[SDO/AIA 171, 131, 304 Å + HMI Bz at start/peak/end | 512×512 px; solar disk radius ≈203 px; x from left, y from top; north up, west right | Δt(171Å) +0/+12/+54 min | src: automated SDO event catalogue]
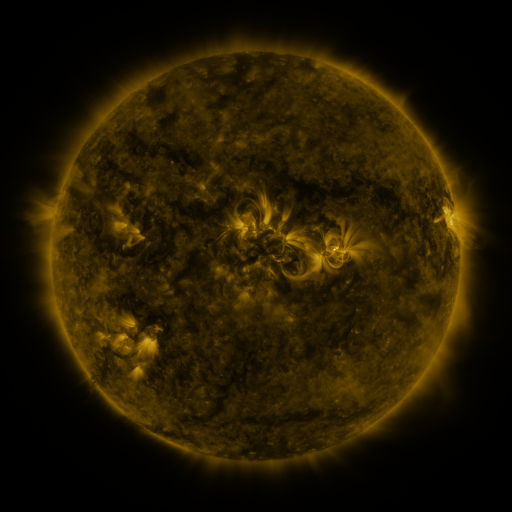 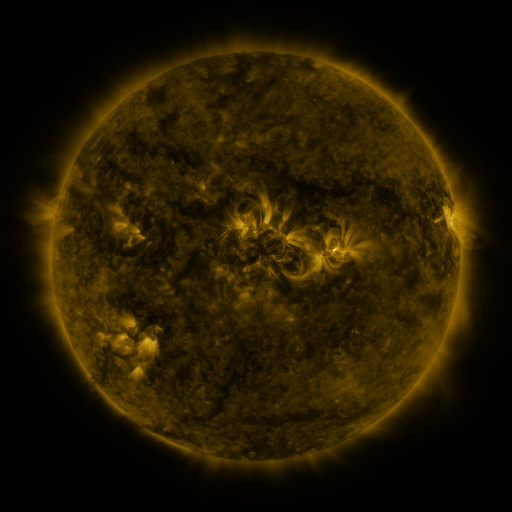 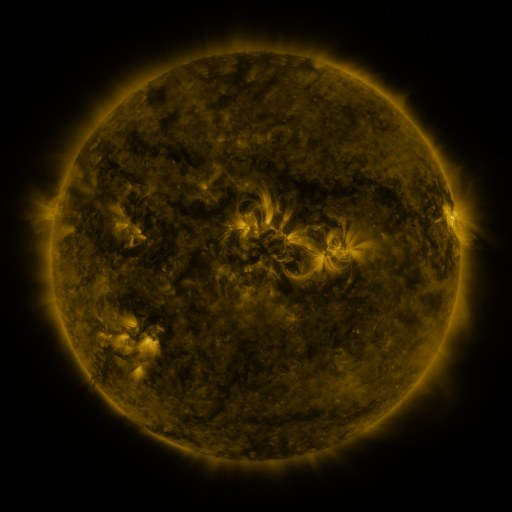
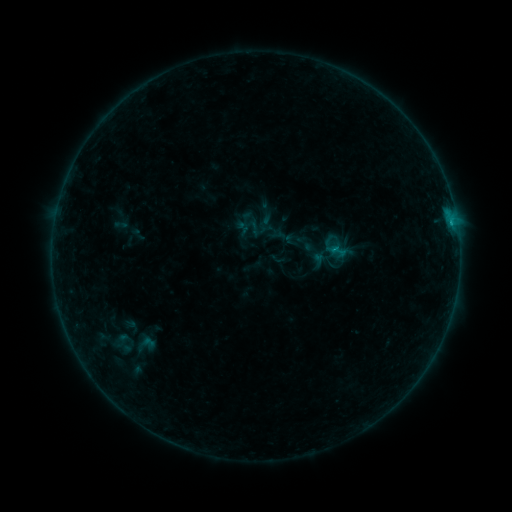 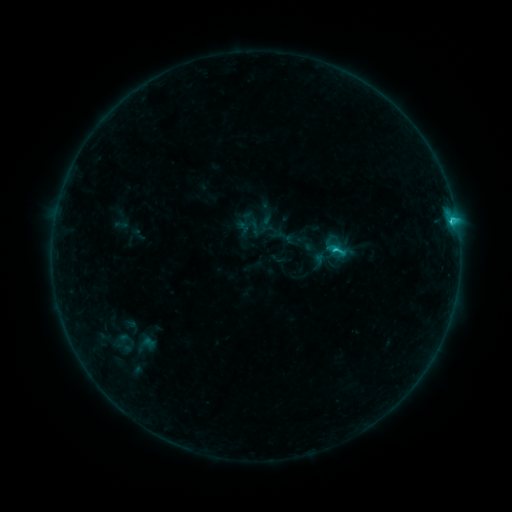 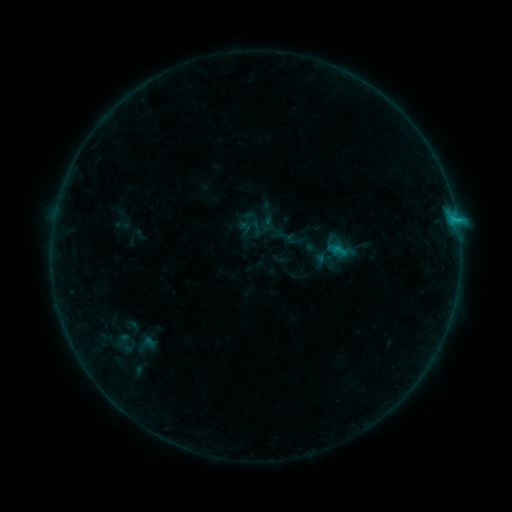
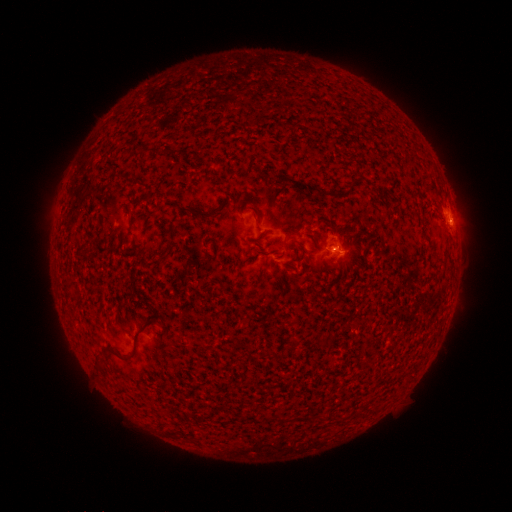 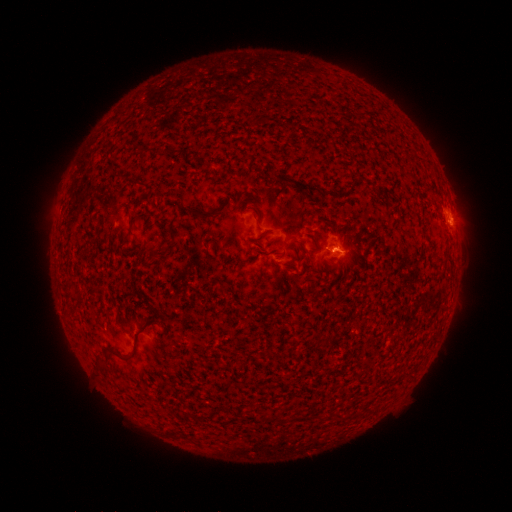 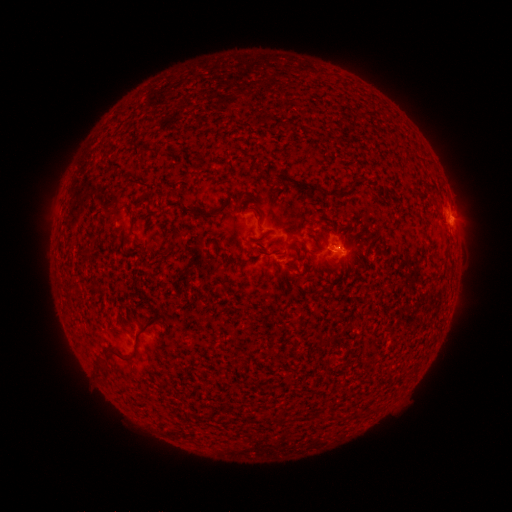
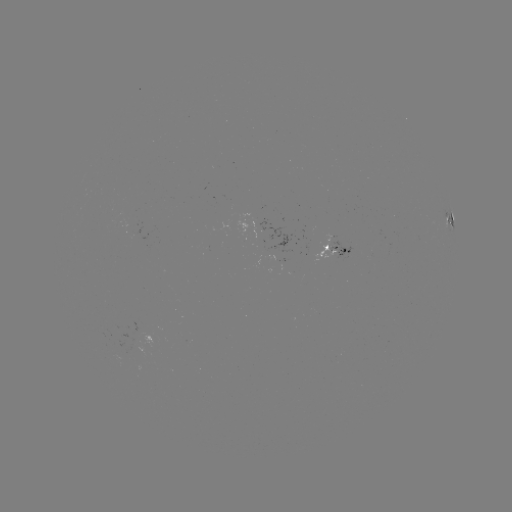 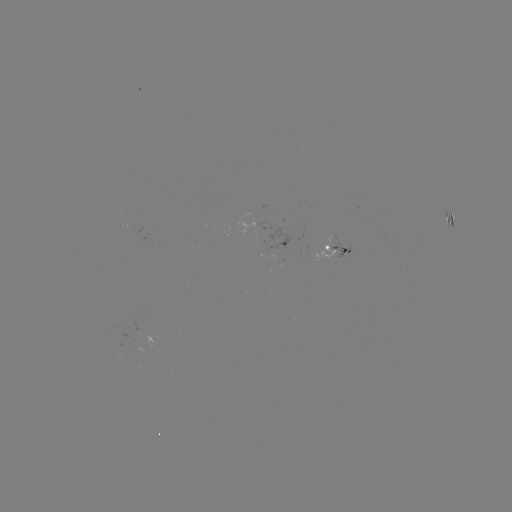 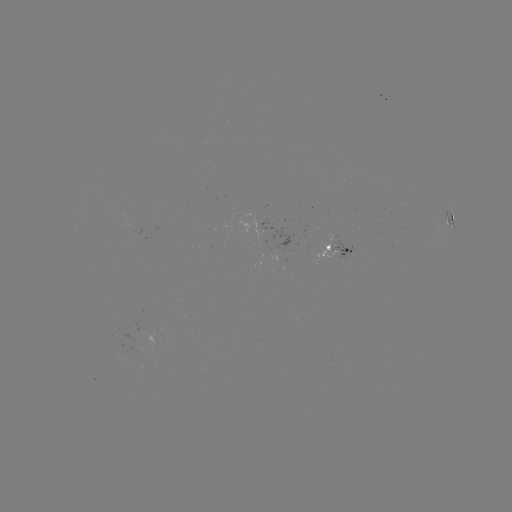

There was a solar flare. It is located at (450, 223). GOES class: C1.6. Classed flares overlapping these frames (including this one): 1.